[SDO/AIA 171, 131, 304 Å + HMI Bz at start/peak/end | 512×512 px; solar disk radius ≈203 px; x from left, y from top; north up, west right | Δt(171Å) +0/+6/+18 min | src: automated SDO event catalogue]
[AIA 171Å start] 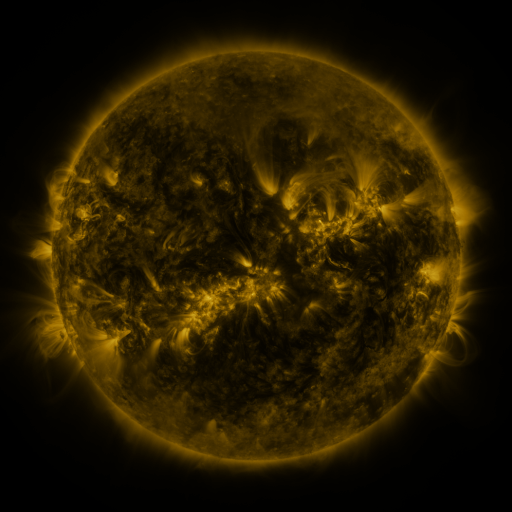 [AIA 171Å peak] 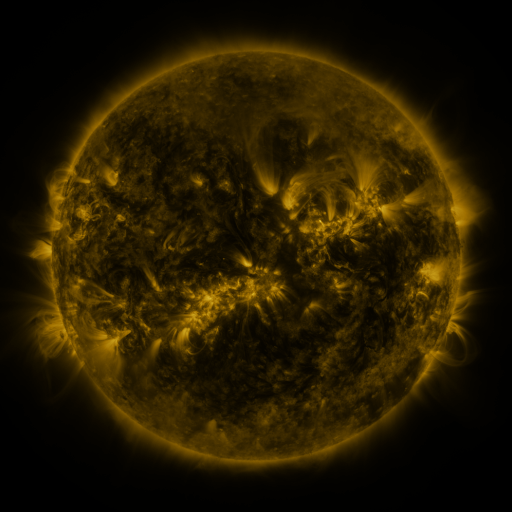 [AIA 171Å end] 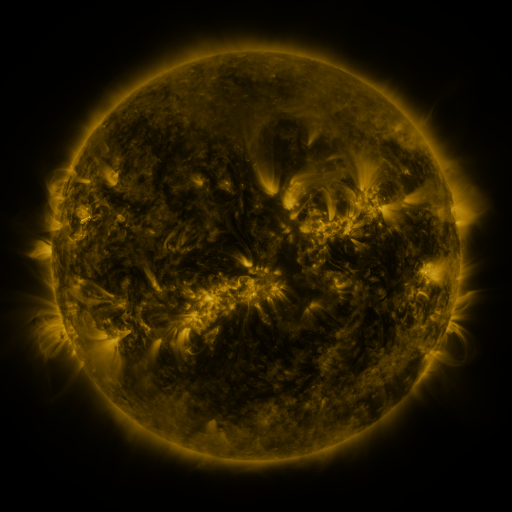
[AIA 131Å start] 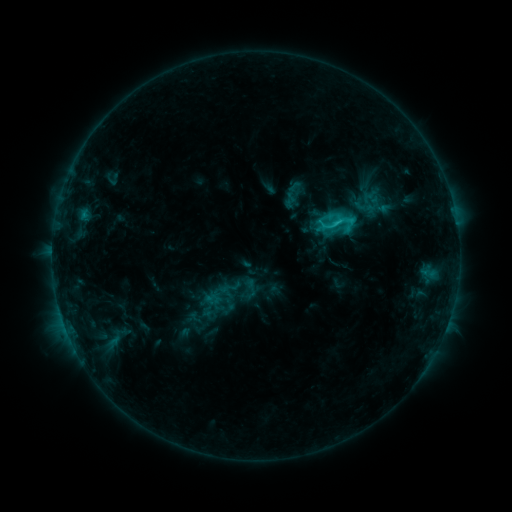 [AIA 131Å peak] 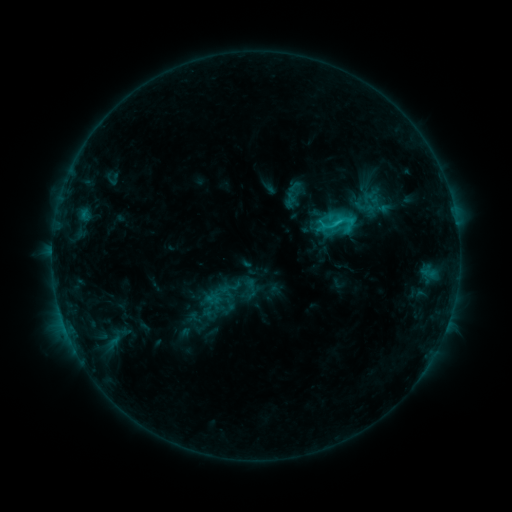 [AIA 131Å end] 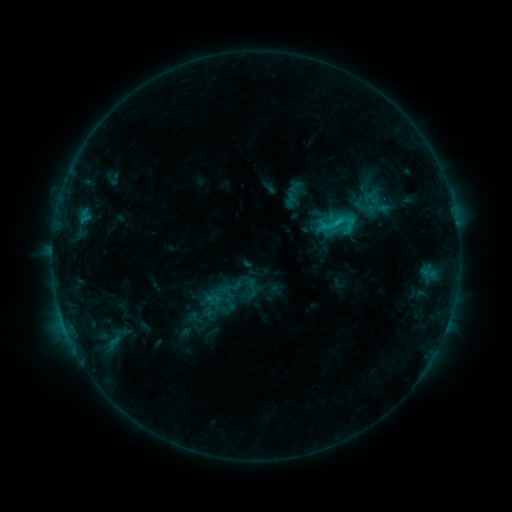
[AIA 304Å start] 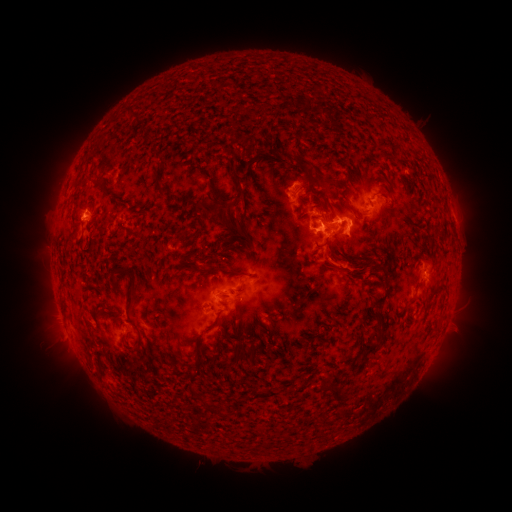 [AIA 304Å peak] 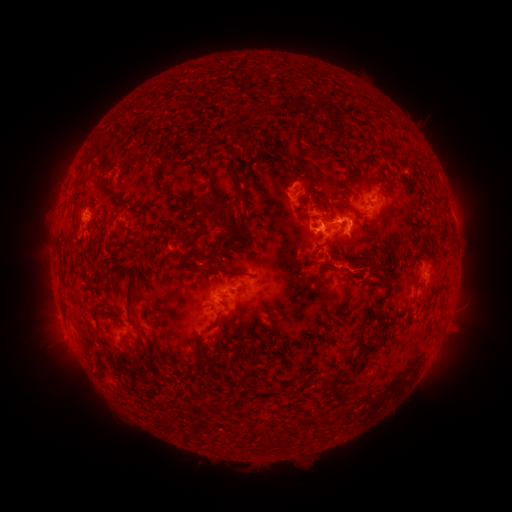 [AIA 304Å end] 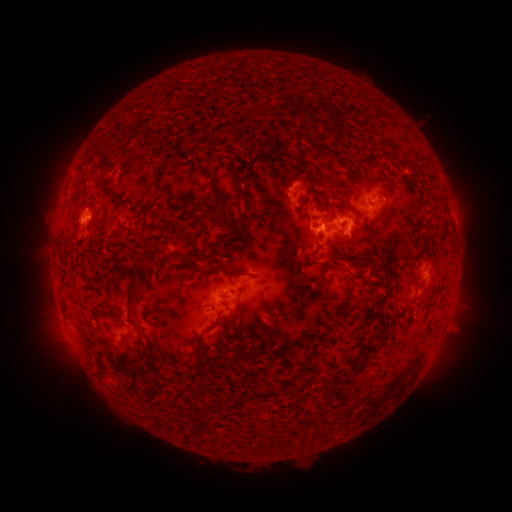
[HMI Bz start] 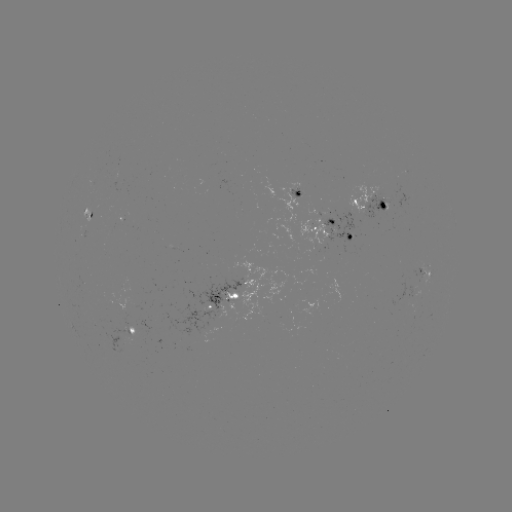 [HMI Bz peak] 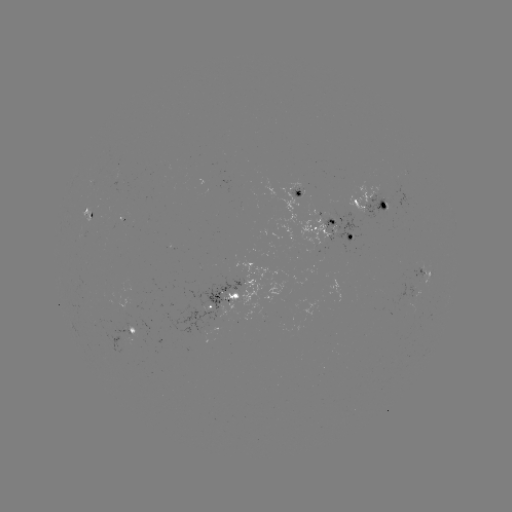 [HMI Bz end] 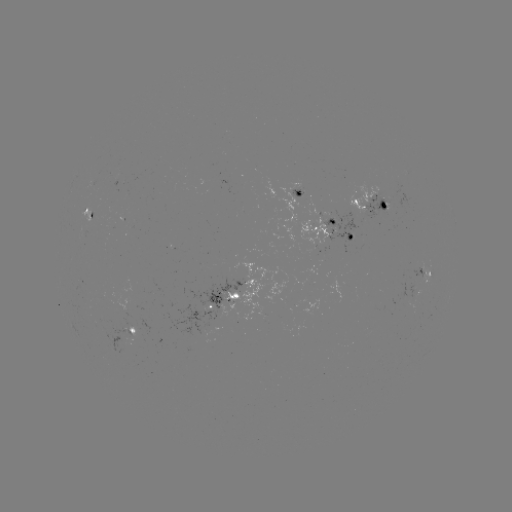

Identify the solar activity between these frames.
eruption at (347, 267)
